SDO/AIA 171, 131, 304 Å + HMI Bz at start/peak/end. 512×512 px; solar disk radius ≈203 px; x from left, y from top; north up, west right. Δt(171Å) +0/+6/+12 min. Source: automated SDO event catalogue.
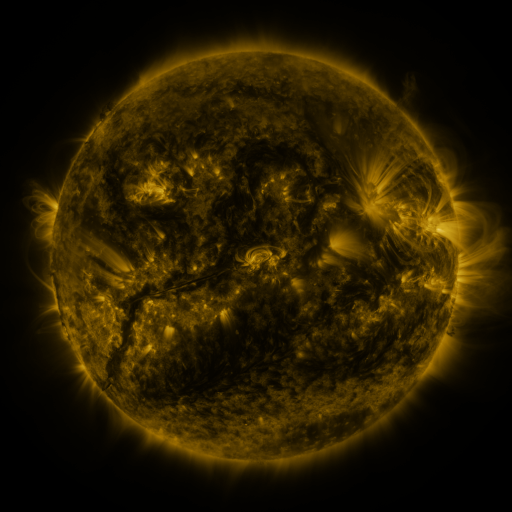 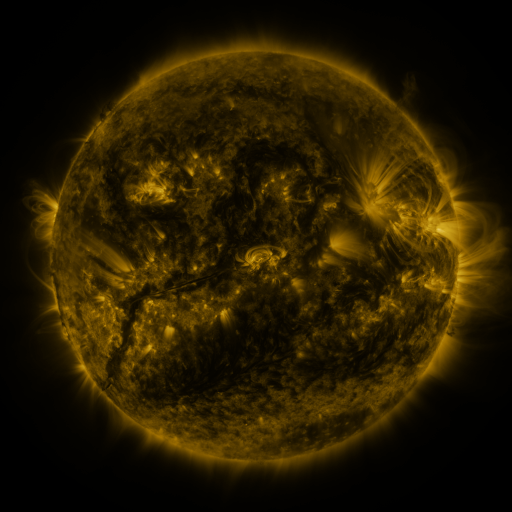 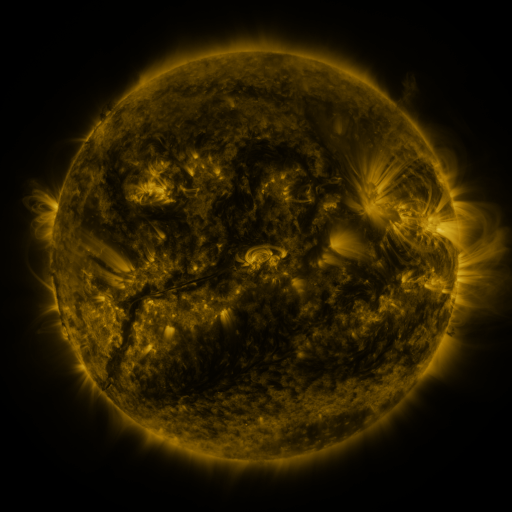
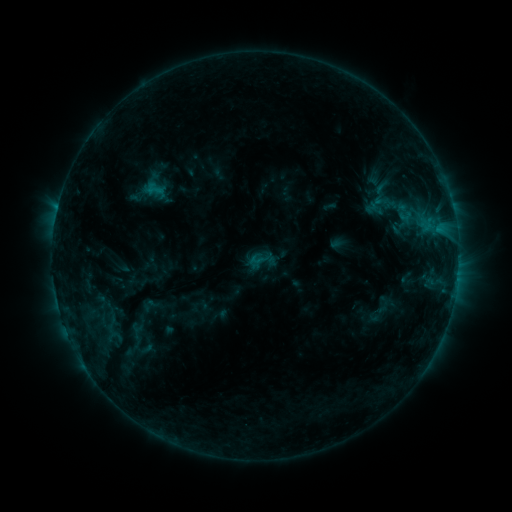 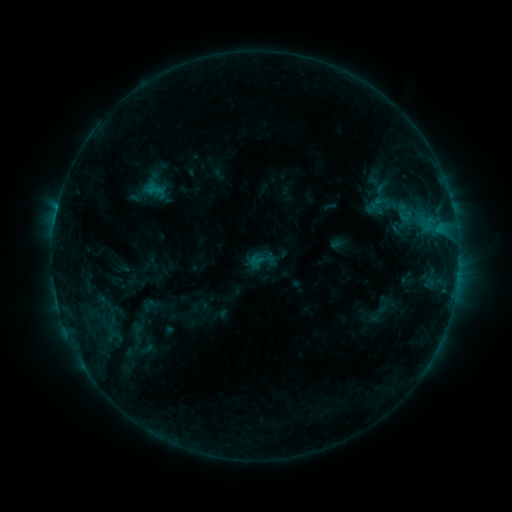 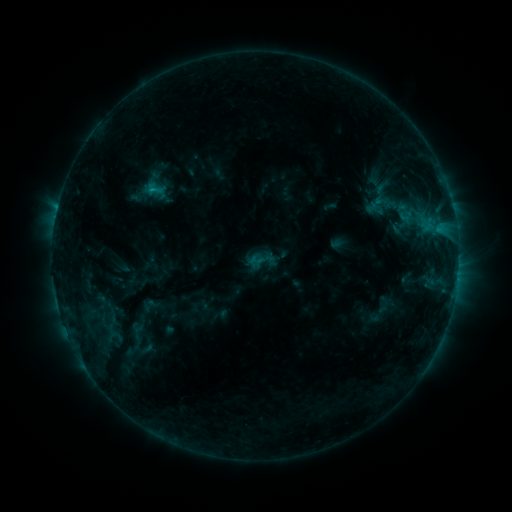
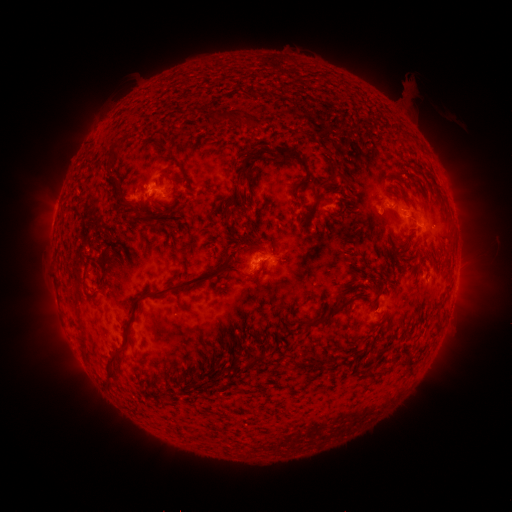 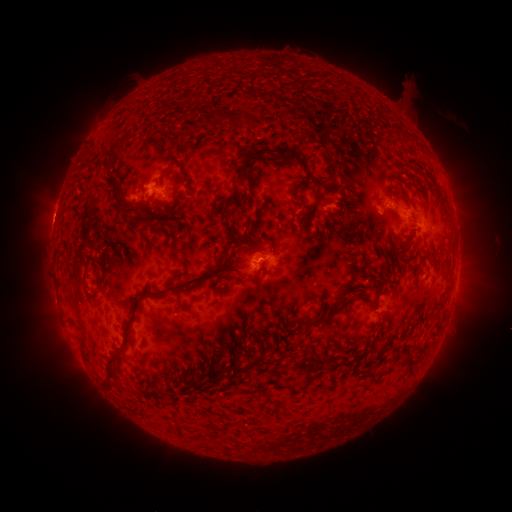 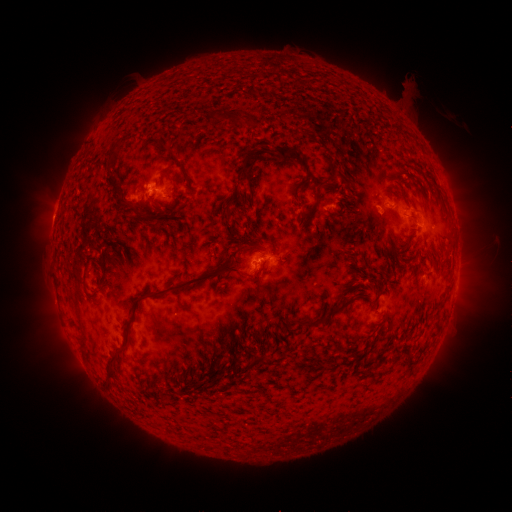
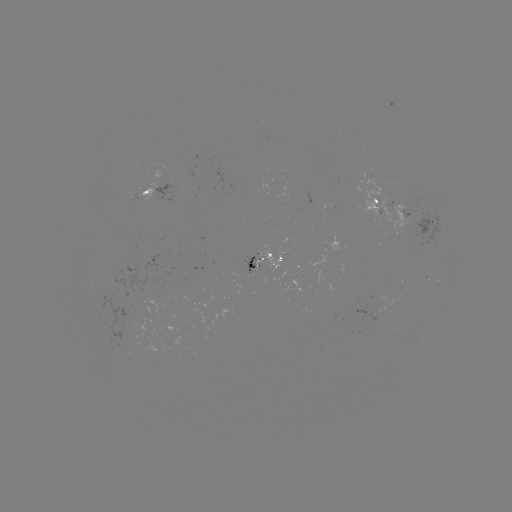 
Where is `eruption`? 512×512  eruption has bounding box [28, 195, 76, 241].